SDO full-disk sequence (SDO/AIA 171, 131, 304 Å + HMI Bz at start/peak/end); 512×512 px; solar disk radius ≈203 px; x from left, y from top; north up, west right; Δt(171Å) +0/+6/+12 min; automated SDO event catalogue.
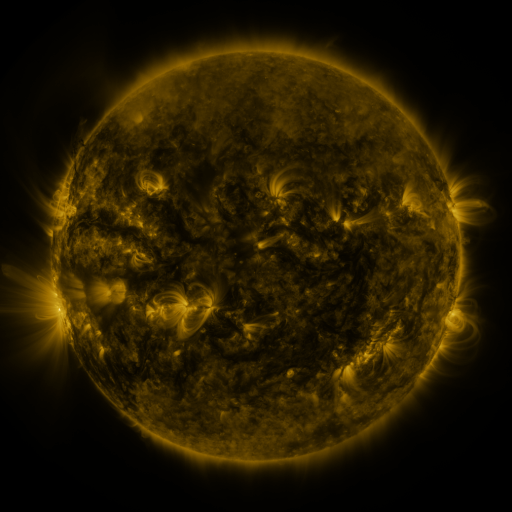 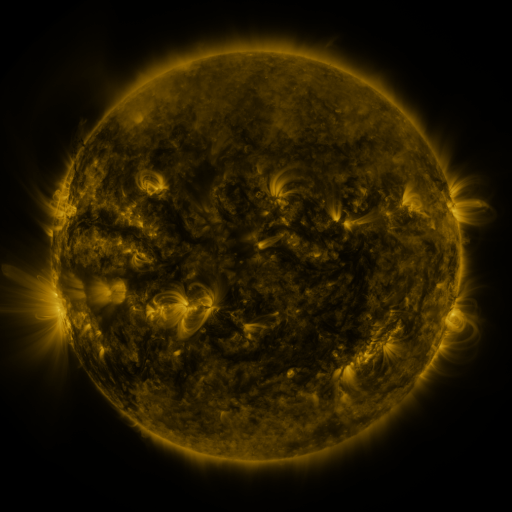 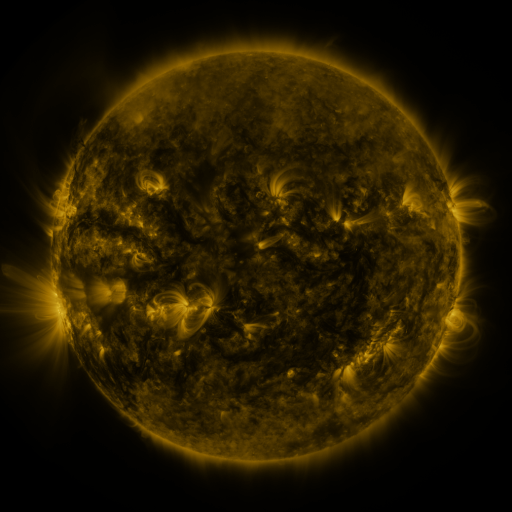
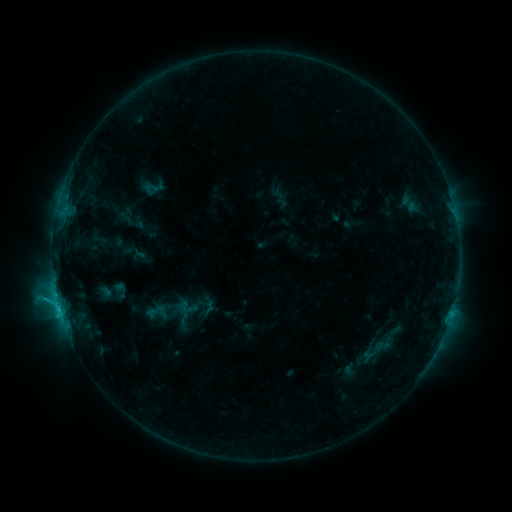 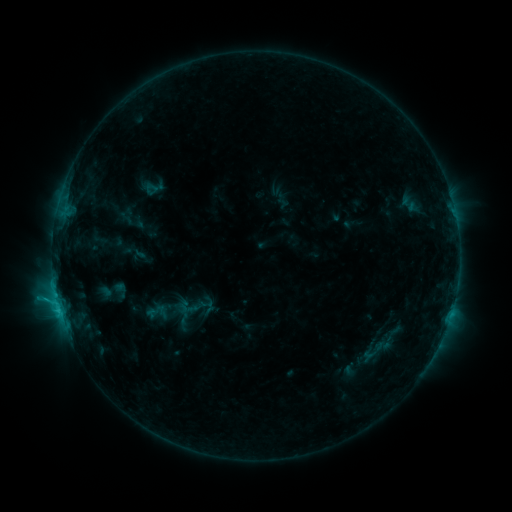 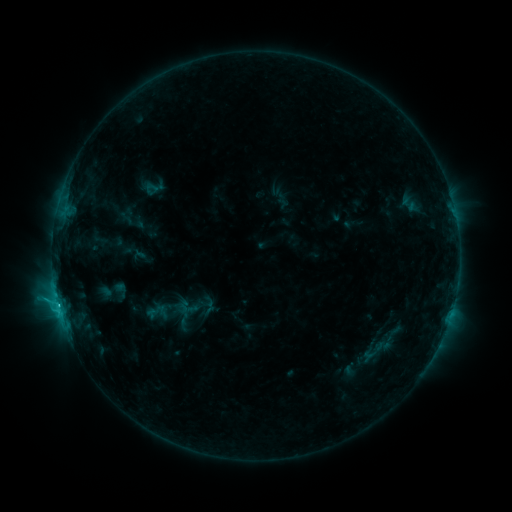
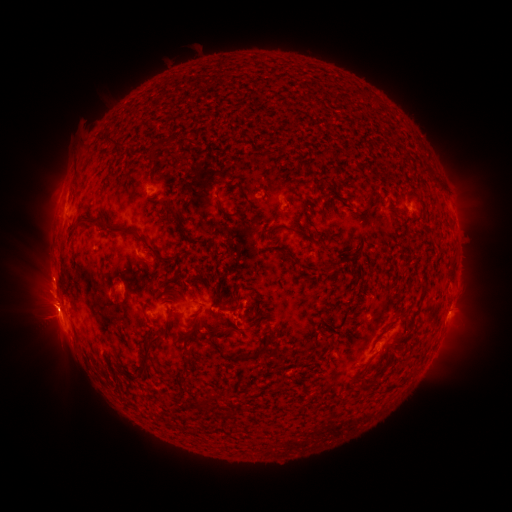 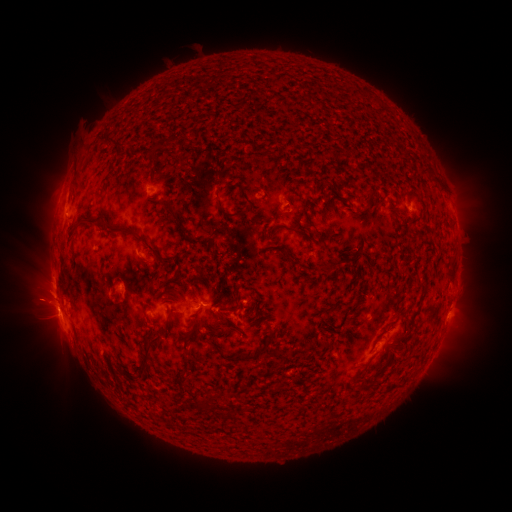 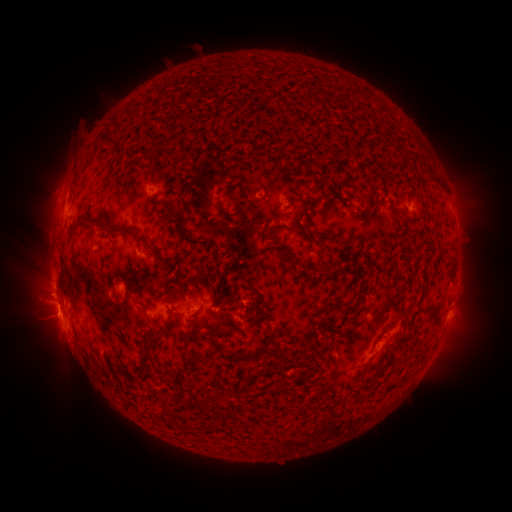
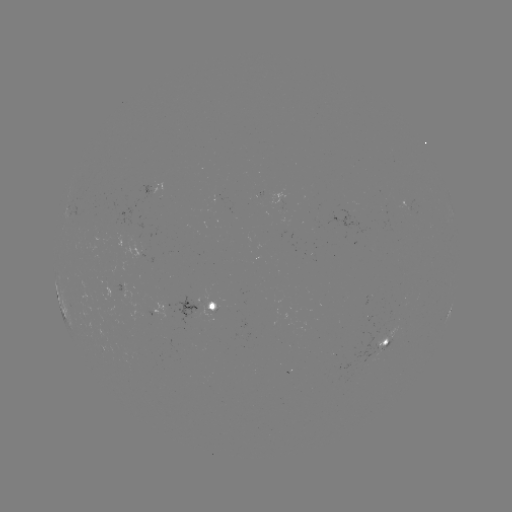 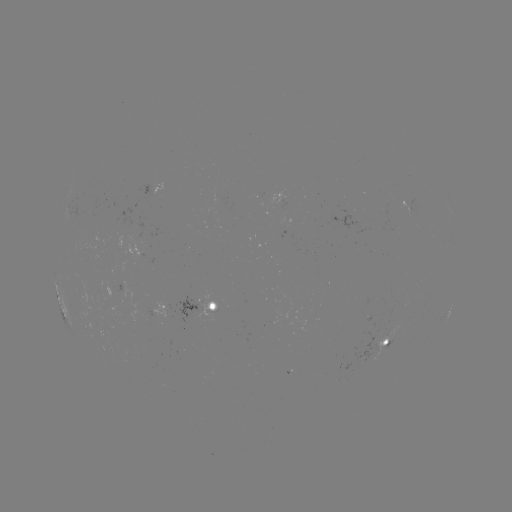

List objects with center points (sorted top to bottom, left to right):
eruption: (41, 302)
